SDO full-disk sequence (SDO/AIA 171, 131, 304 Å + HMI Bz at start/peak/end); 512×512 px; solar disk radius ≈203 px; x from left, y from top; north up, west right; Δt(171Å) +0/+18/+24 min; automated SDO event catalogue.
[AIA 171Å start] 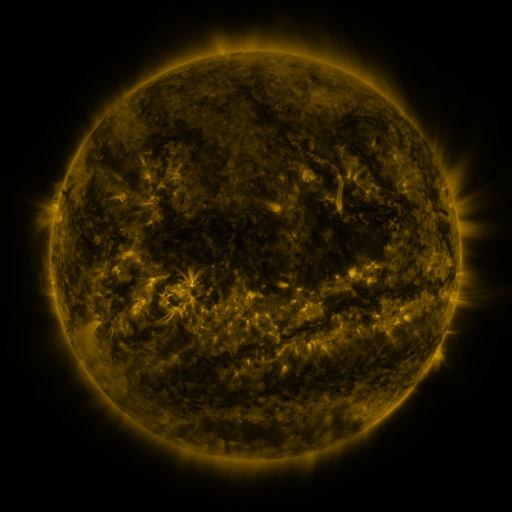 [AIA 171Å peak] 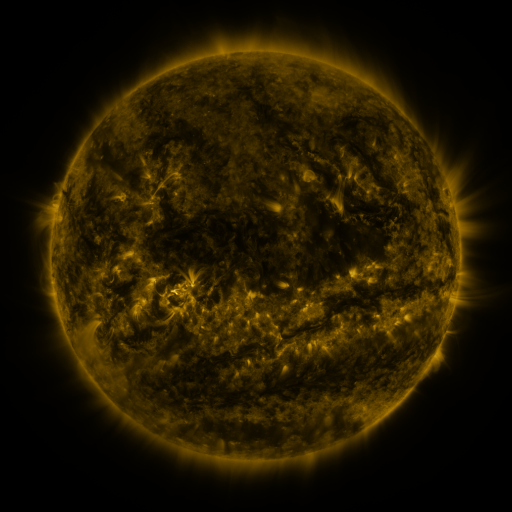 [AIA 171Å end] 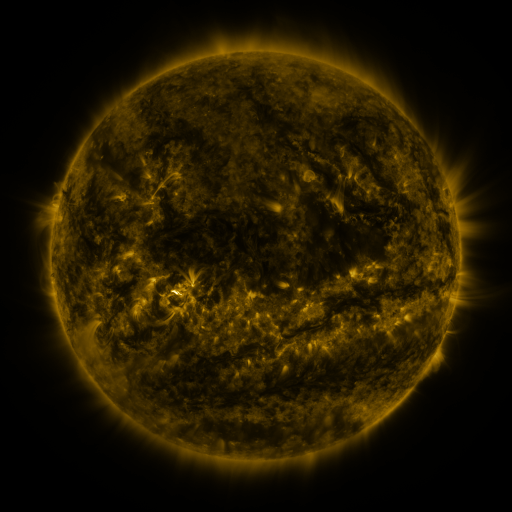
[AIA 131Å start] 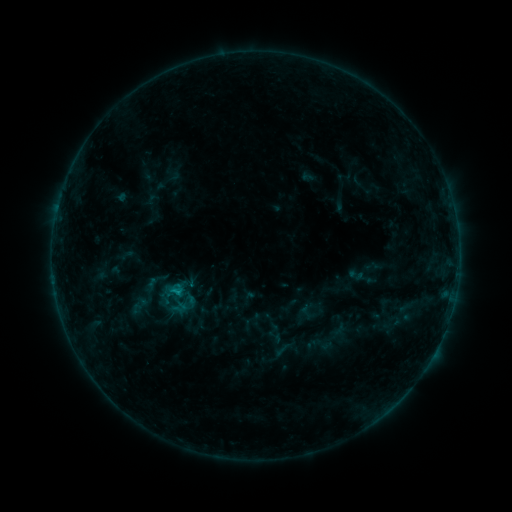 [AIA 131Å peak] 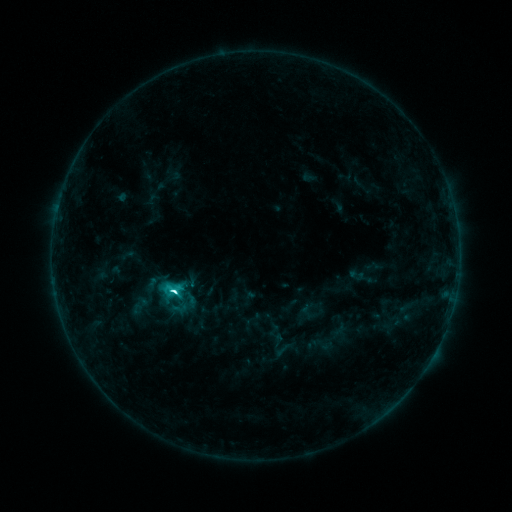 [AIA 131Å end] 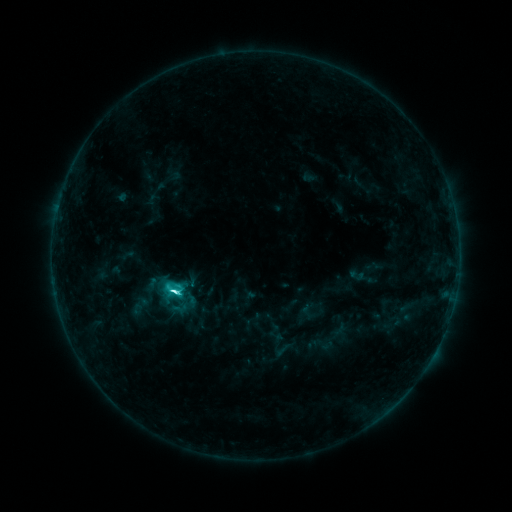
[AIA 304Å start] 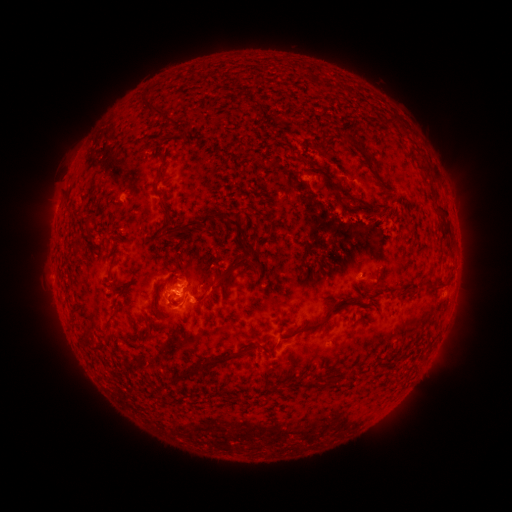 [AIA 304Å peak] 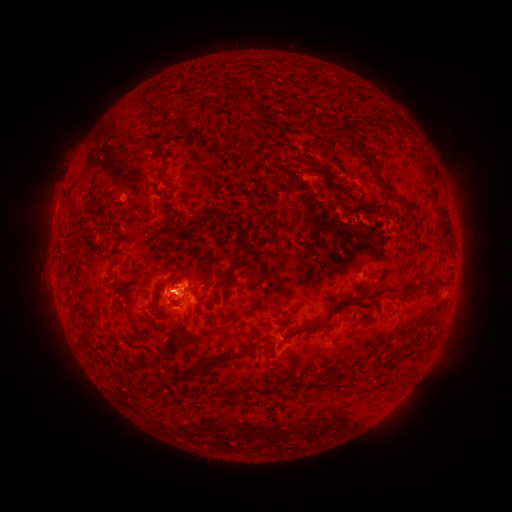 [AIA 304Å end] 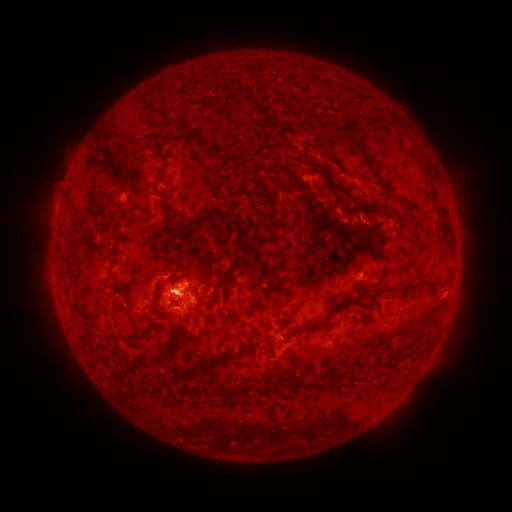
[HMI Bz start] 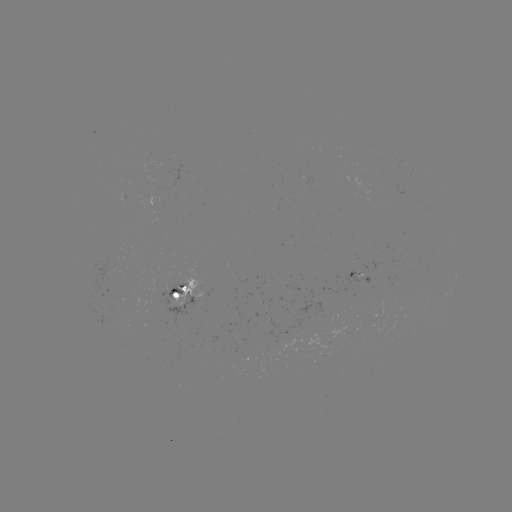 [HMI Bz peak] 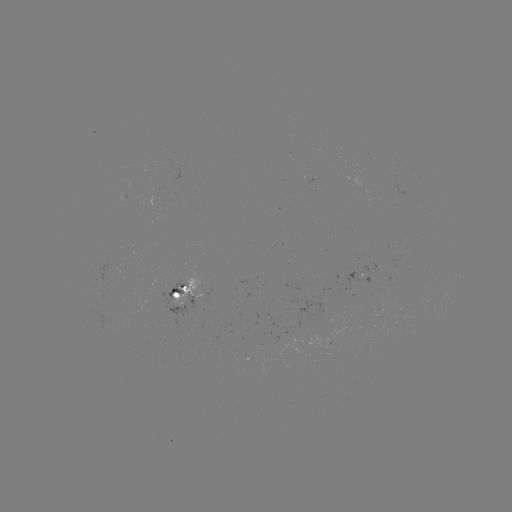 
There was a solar flare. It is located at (176, 289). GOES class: C5.8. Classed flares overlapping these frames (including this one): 1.